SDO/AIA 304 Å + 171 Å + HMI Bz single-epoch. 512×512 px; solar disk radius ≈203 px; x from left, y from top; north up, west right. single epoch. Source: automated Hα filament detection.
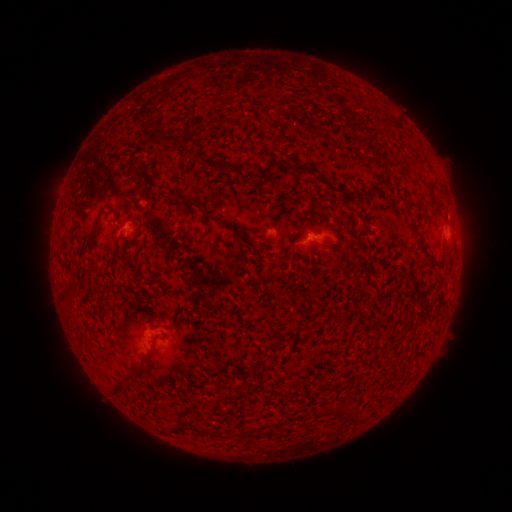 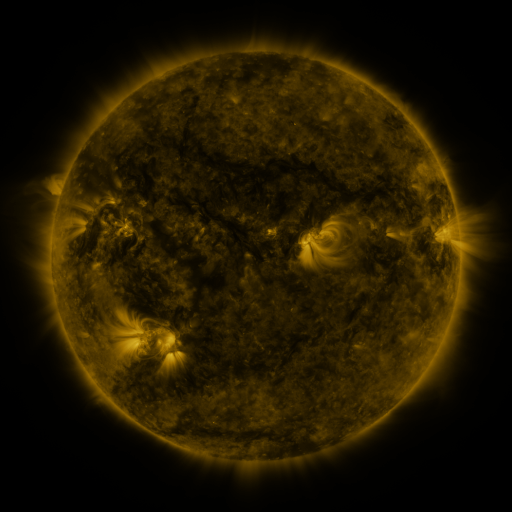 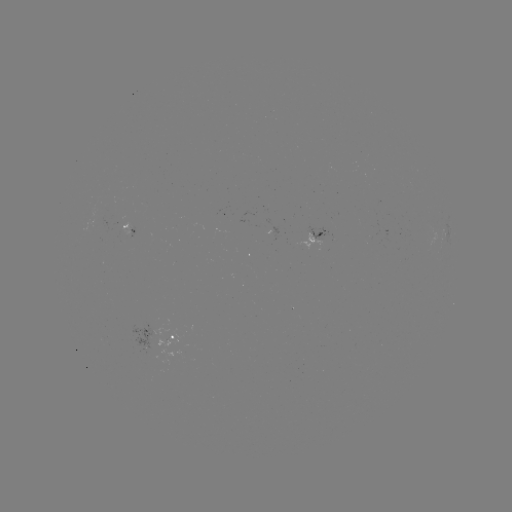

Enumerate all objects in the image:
filament: (300, 168)
filament: (139, 175)
filament: (376, 184)
filament: (164, 194)
filament: (193, 204)
filament: (97, 219)
filament: (242, 238)
filament: (131, 265)
filament: (152, 349)
filament: (122, 384)
